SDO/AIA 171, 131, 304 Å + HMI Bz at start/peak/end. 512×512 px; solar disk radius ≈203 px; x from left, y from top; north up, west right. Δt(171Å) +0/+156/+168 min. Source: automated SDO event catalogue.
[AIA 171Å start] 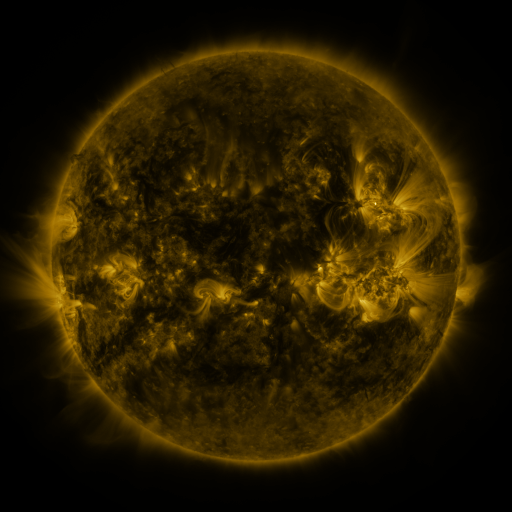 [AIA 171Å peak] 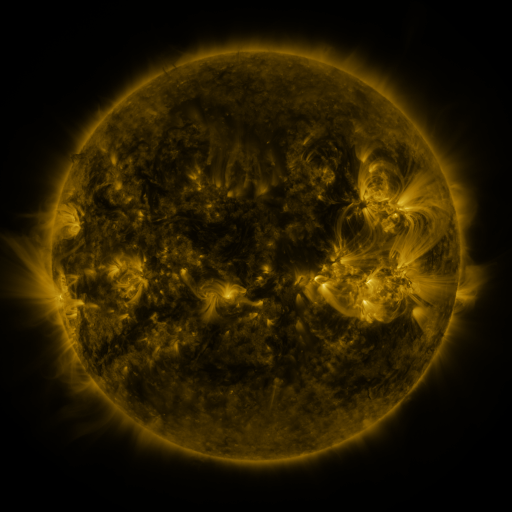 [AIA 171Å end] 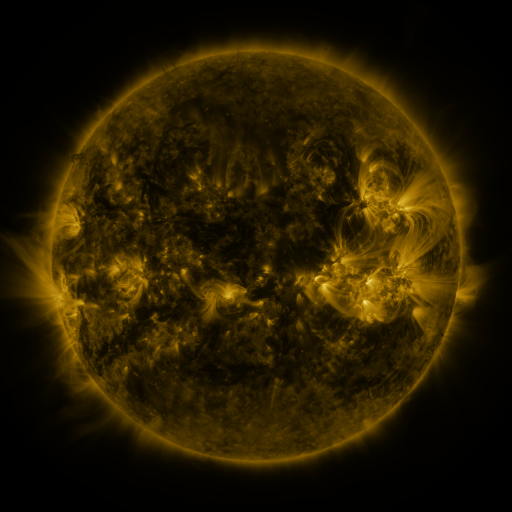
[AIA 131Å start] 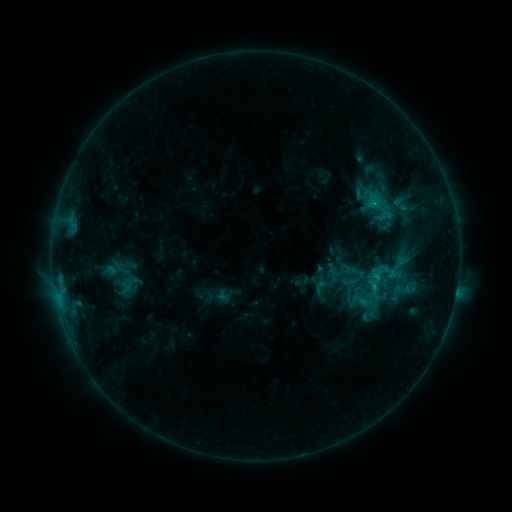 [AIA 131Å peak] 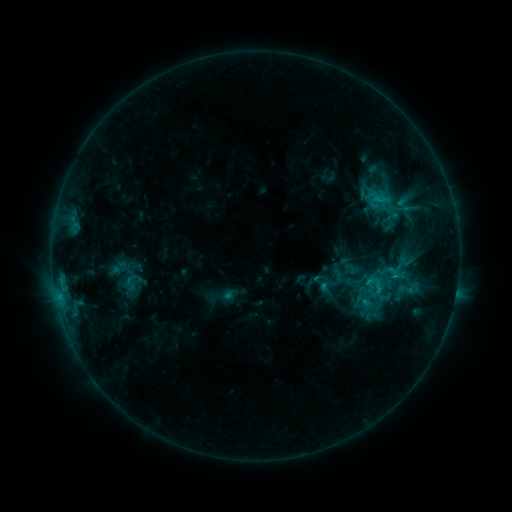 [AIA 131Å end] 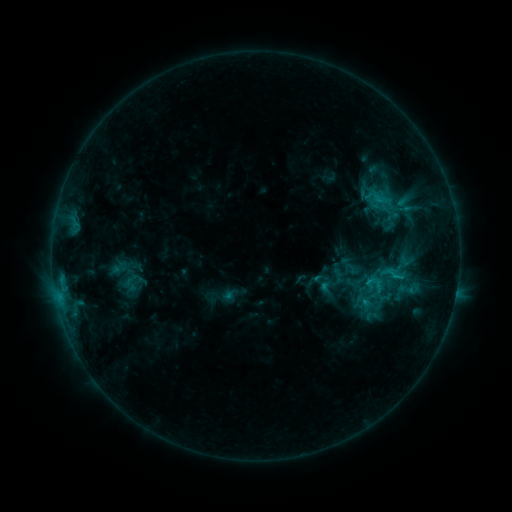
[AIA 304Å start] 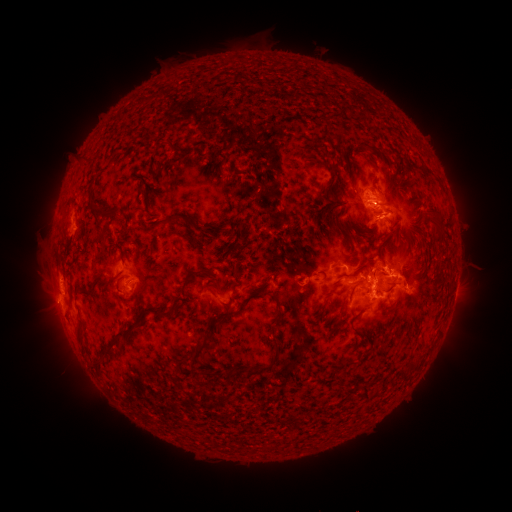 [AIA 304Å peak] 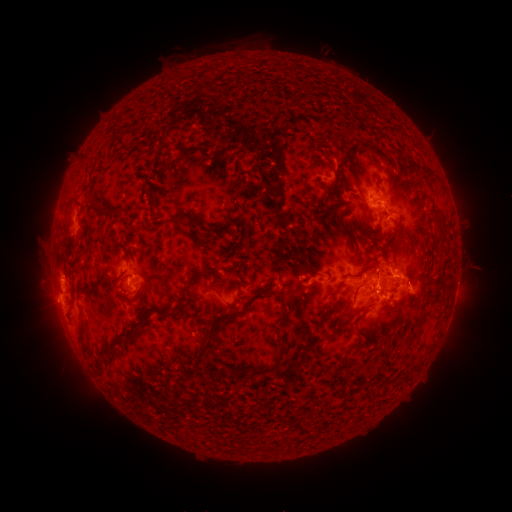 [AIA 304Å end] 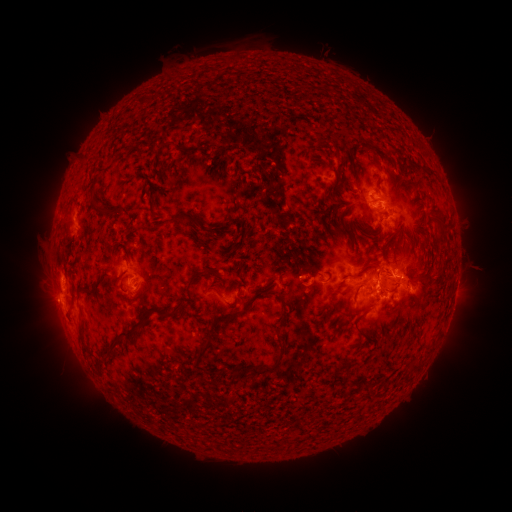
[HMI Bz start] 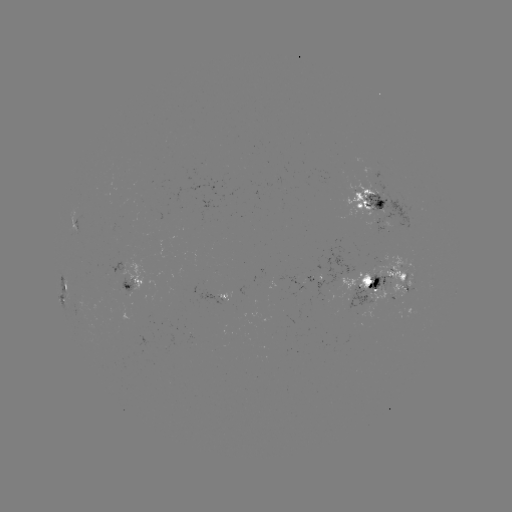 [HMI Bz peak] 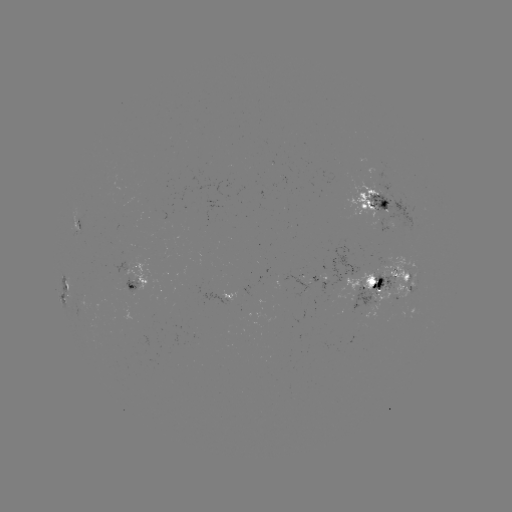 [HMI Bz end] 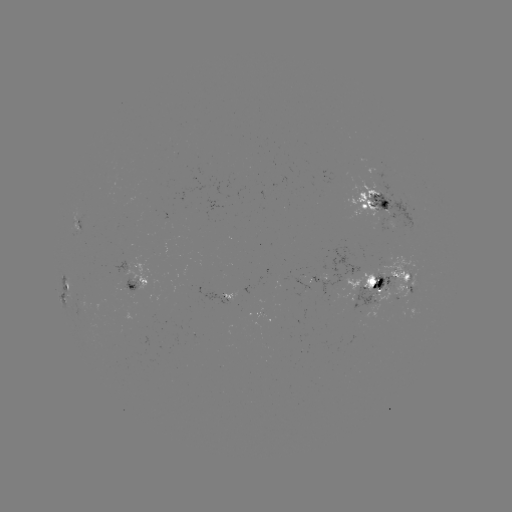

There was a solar emerging-flux region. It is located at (403, 279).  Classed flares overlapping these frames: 1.